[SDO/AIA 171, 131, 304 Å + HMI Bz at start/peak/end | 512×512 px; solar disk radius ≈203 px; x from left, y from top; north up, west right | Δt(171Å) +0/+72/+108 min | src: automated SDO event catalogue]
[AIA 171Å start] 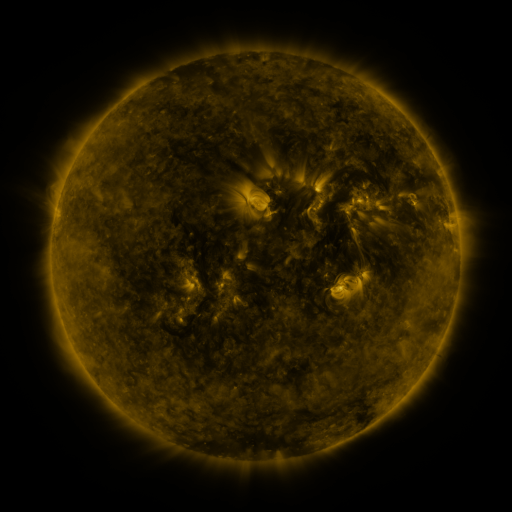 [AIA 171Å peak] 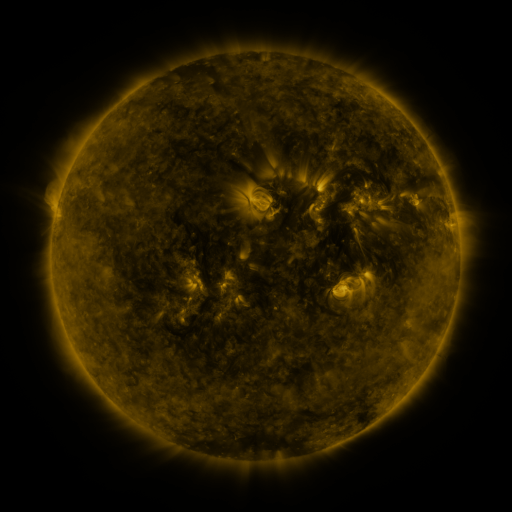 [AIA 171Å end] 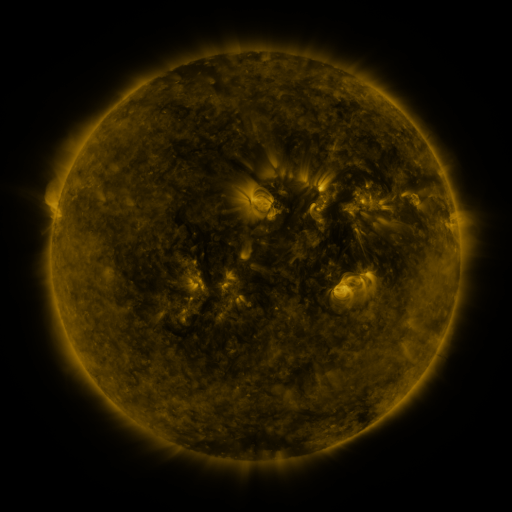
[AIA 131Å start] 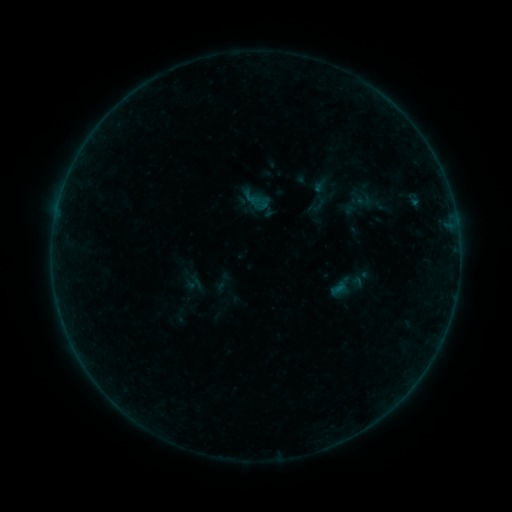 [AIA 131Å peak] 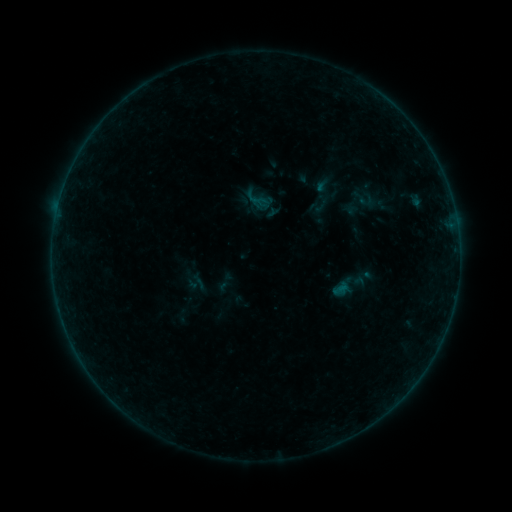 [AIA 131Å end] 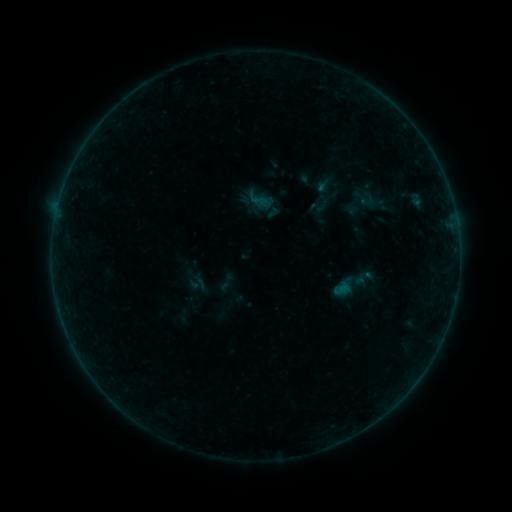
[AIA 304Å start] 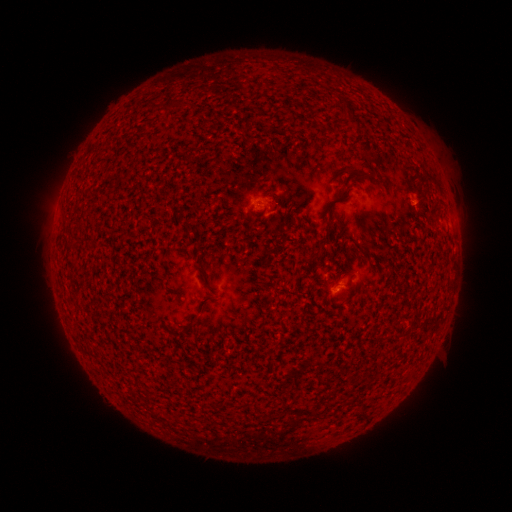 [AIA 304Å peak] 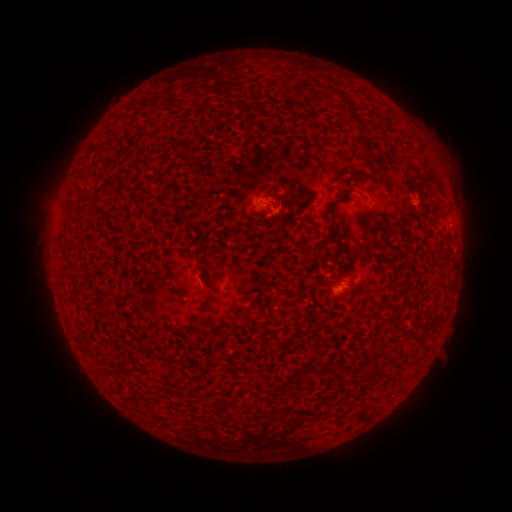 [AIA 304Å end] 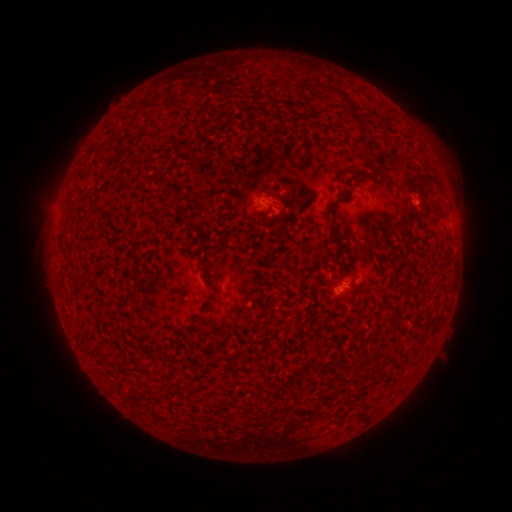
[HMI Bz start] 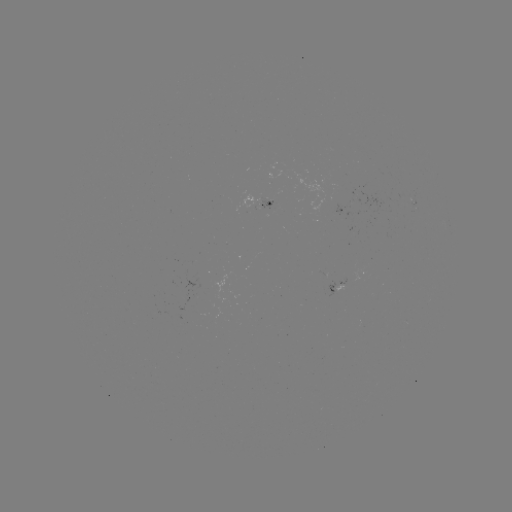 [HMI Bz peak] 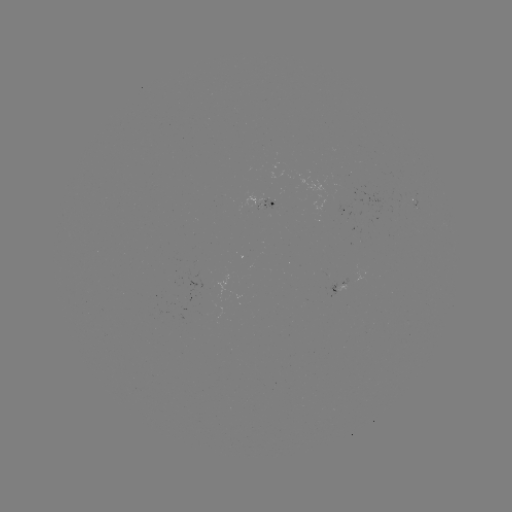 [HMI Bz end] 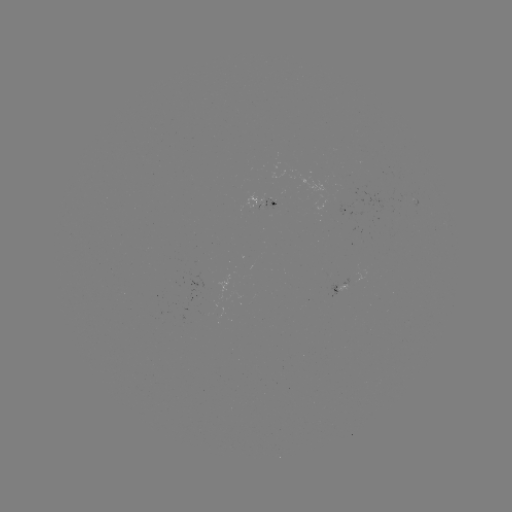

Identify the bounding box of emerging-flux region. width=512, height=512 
[401, 193, 414, 202].